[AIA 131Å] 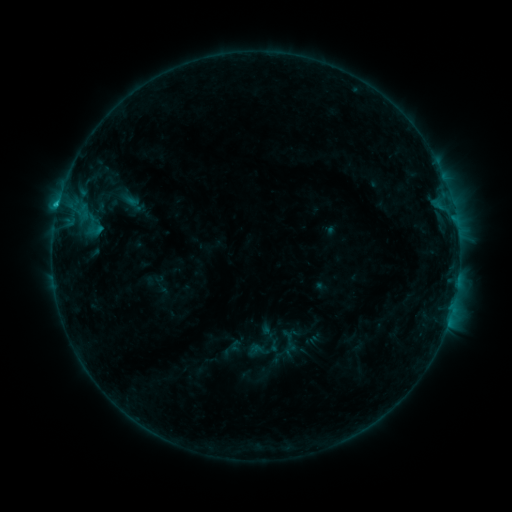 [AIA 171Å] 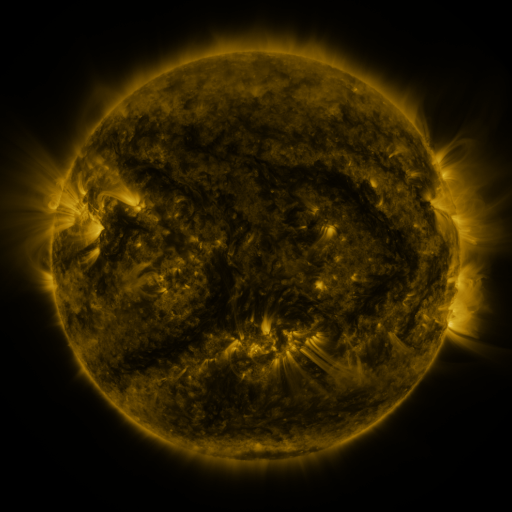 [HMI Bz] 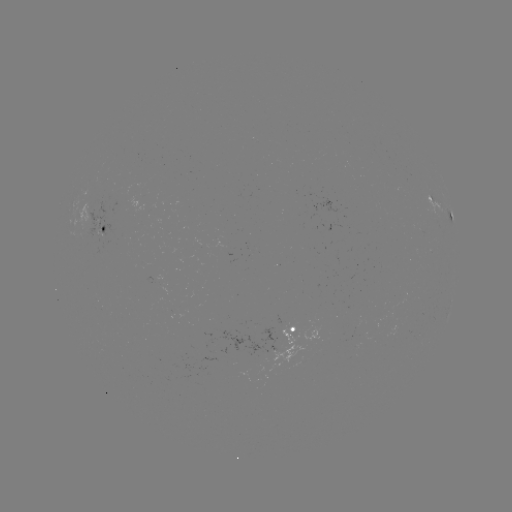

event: sigmoid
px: (289, 341)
